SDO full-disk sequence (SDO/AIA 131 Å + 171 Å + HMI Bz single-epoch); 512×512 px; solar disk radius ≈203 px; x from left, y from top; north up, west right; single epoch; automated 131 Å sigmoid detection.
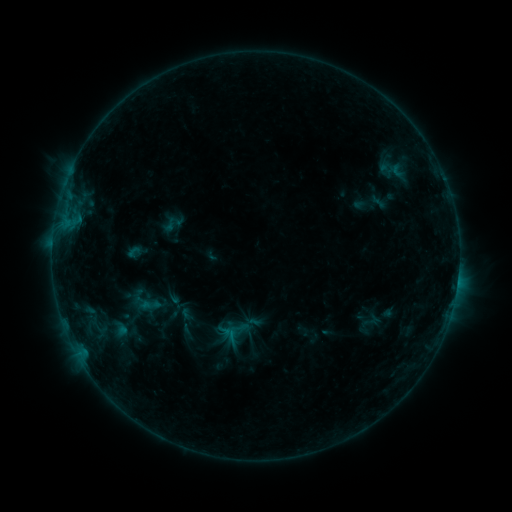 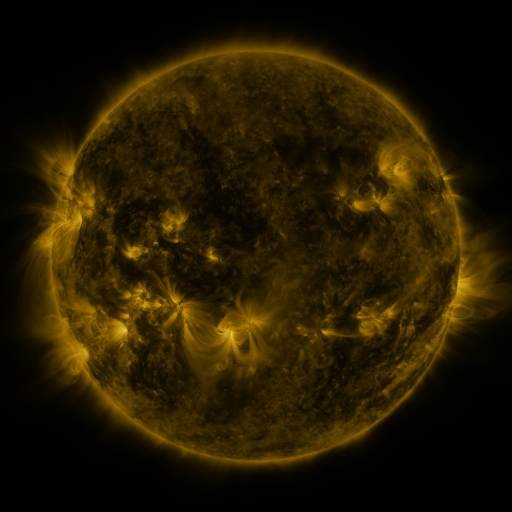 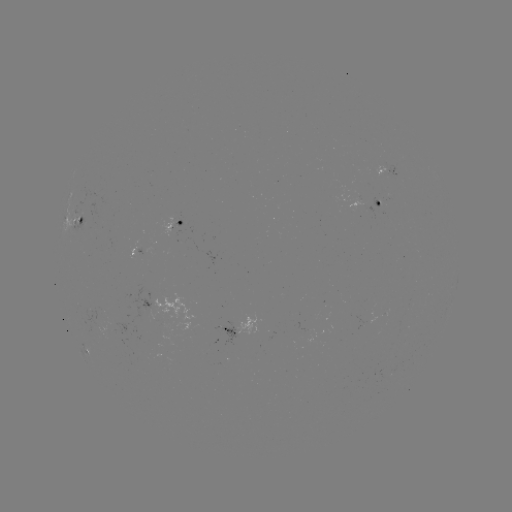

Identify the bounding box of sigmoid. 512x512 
[126, 282, 164, 320].